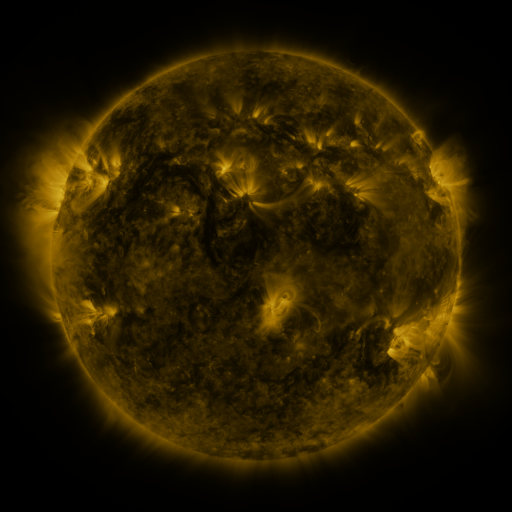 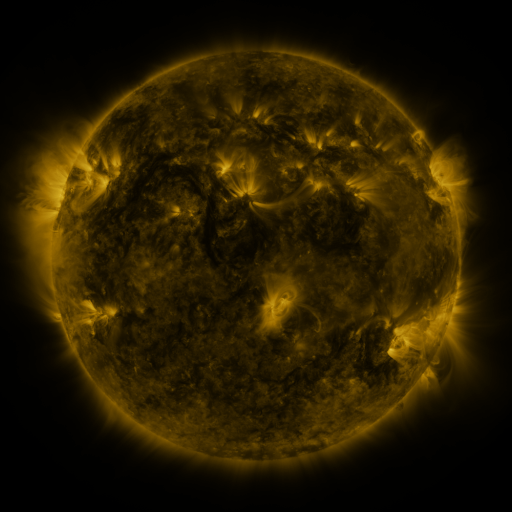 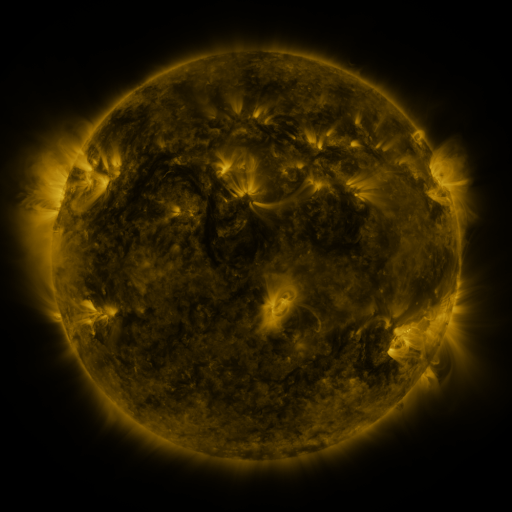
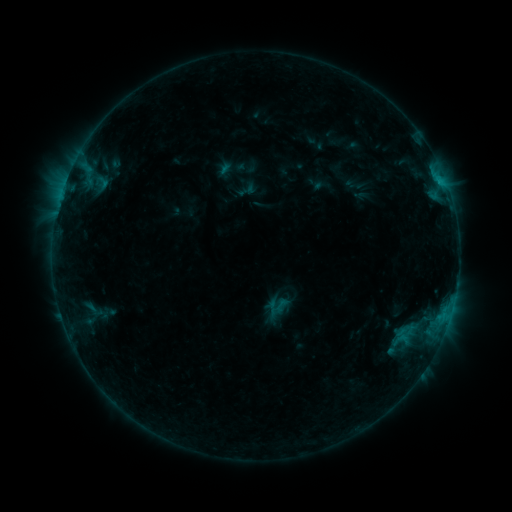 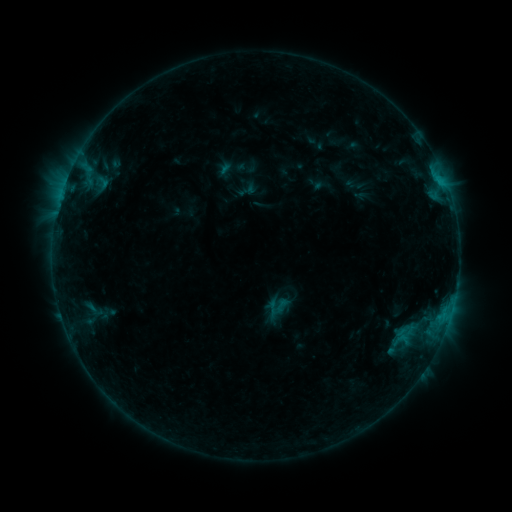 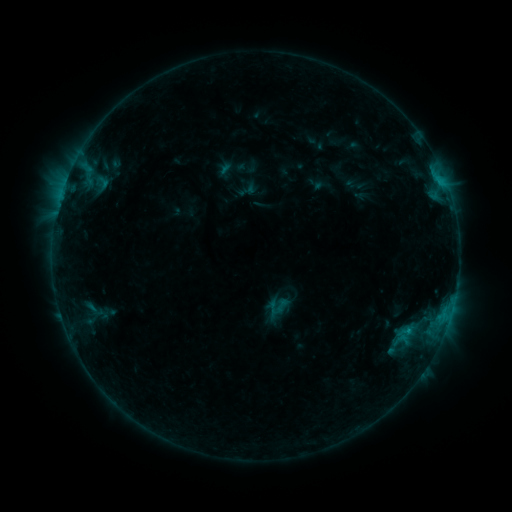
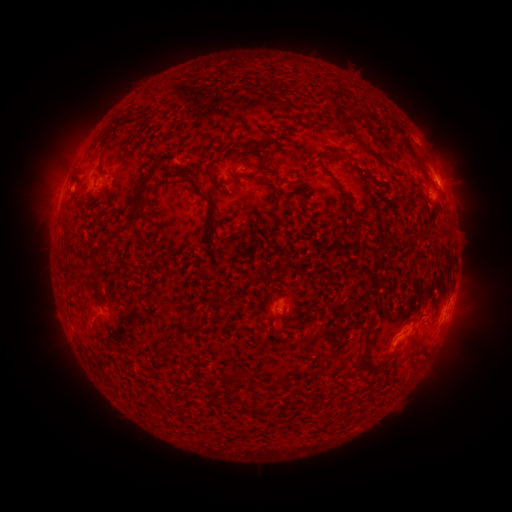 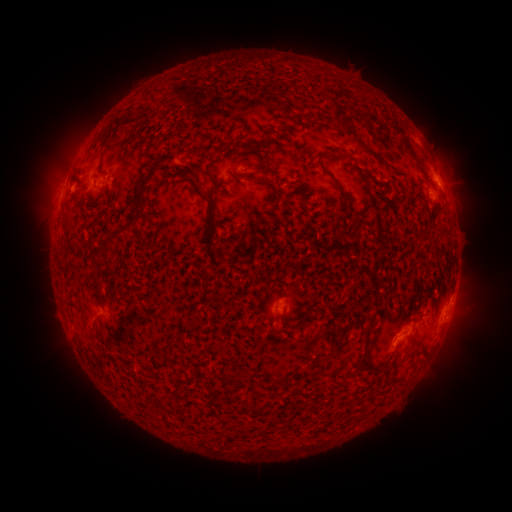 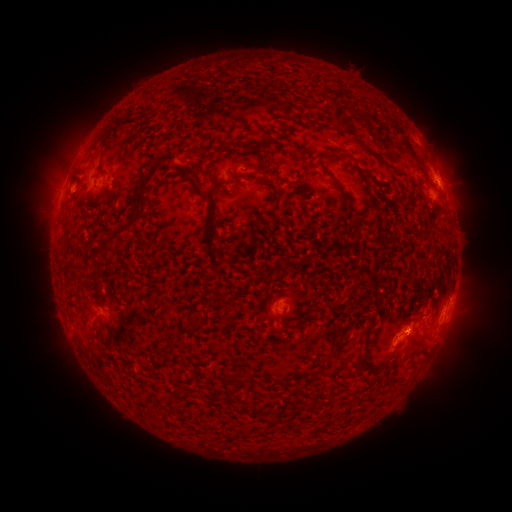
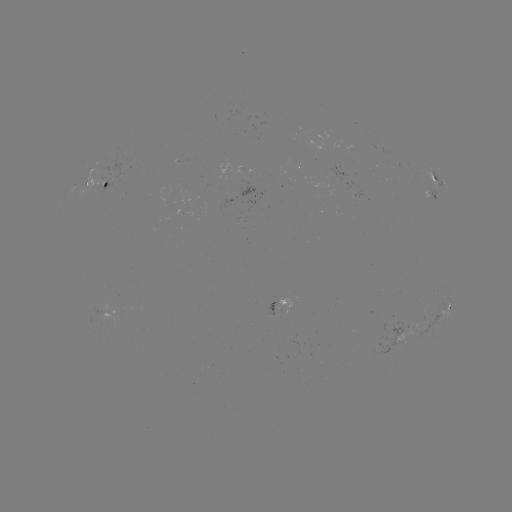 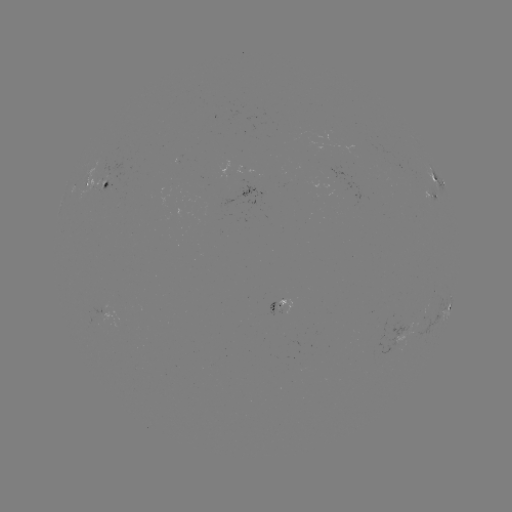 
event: flare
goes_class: B6.4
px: (408, 330)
